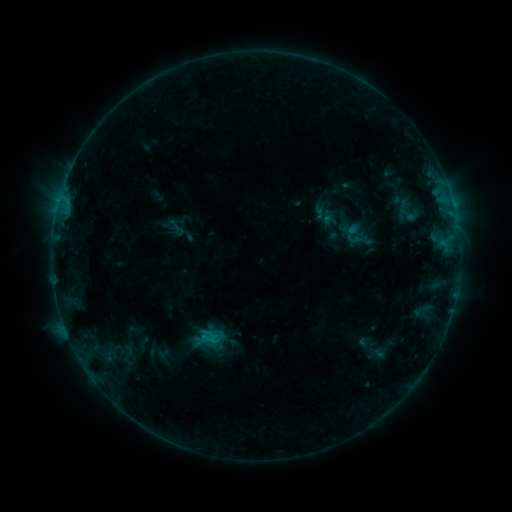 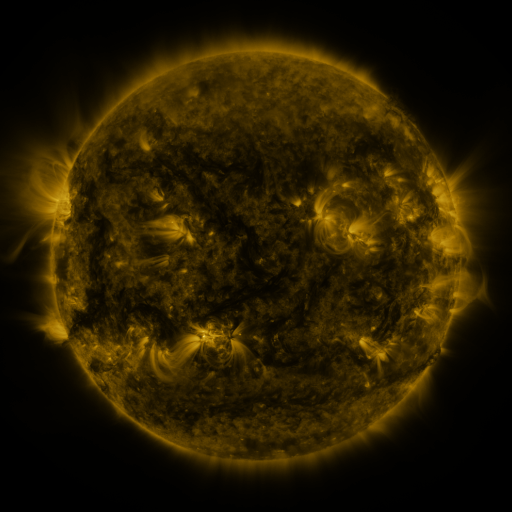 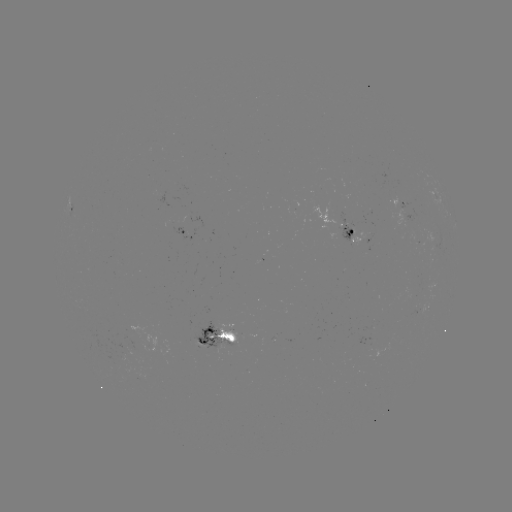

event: sigmoid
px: (208, 343)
